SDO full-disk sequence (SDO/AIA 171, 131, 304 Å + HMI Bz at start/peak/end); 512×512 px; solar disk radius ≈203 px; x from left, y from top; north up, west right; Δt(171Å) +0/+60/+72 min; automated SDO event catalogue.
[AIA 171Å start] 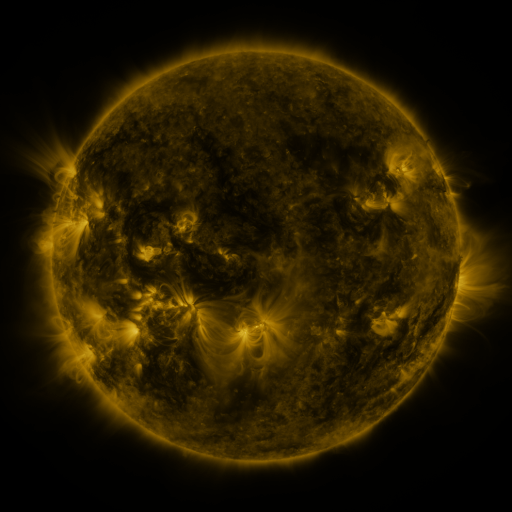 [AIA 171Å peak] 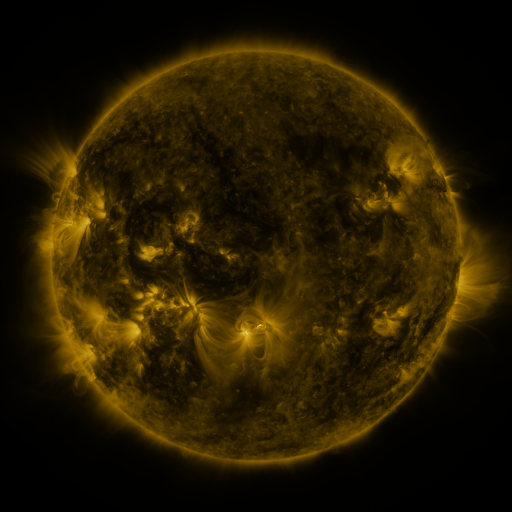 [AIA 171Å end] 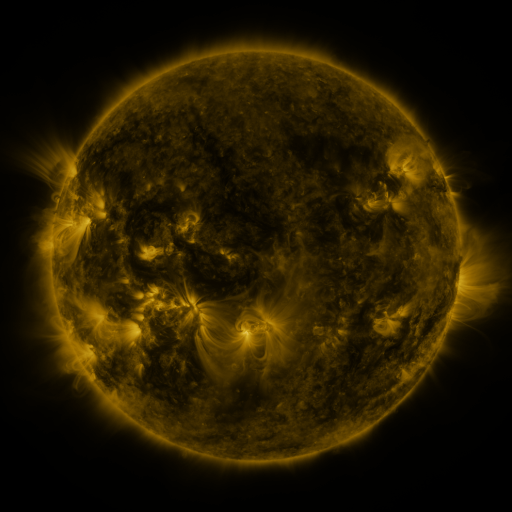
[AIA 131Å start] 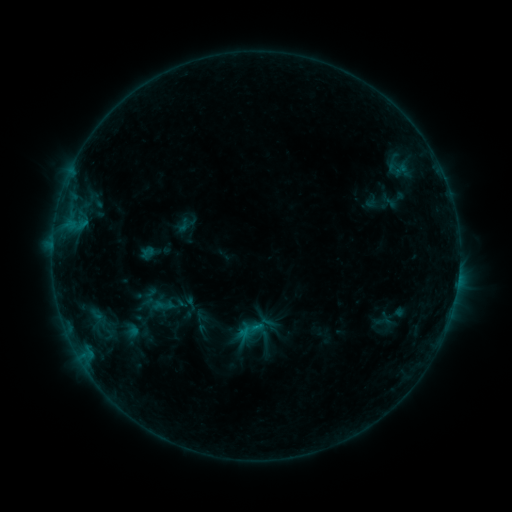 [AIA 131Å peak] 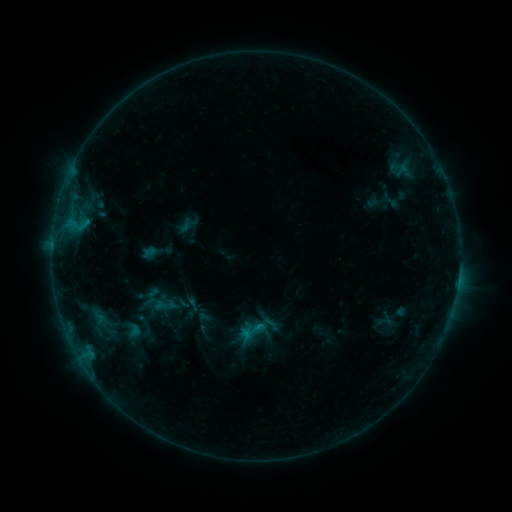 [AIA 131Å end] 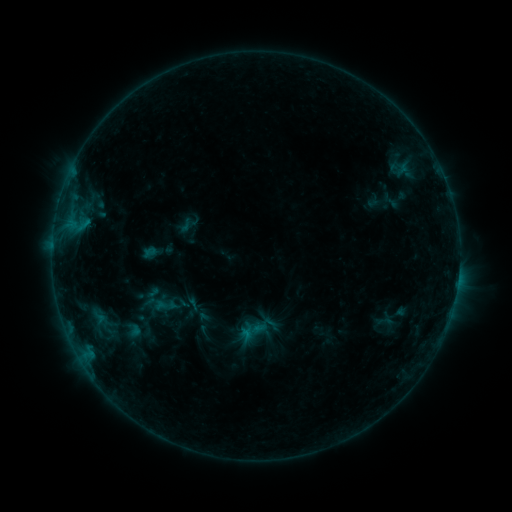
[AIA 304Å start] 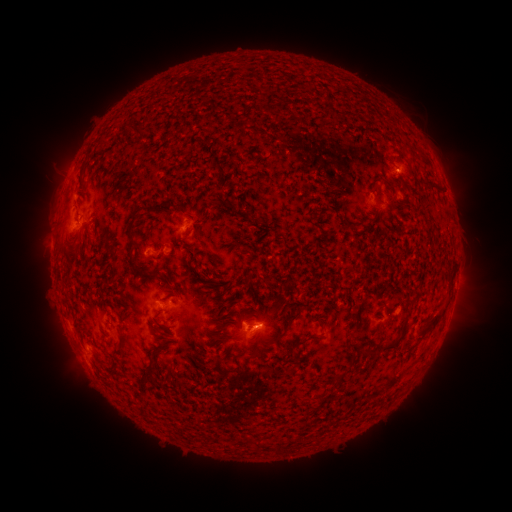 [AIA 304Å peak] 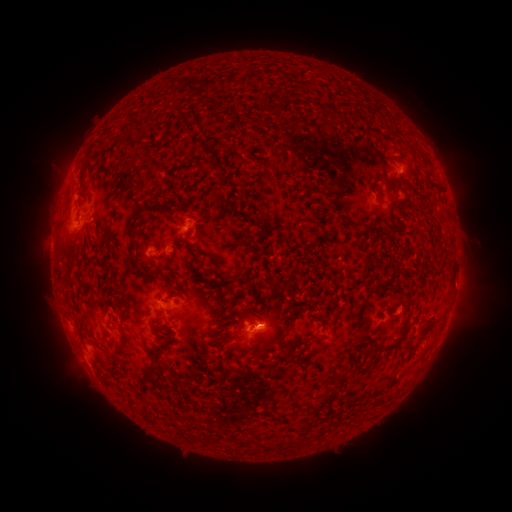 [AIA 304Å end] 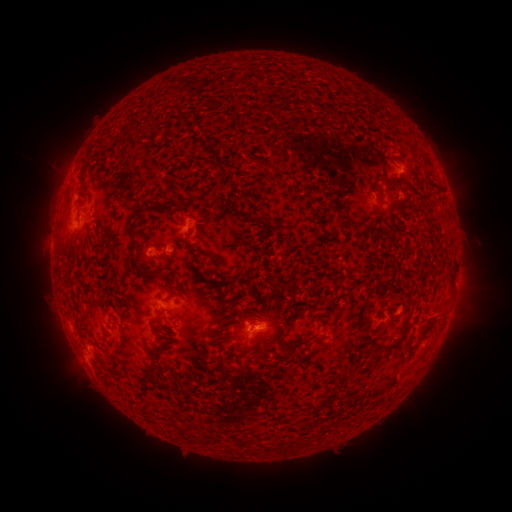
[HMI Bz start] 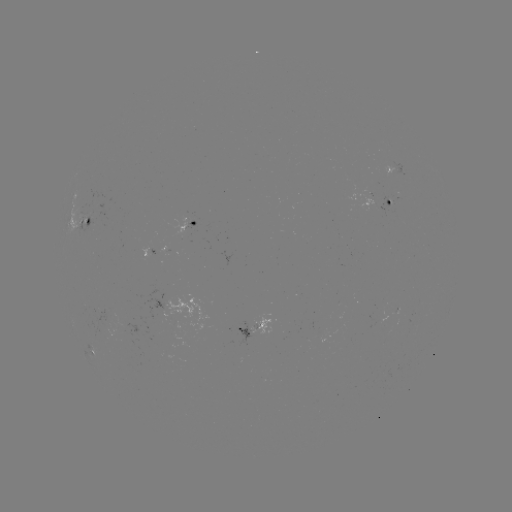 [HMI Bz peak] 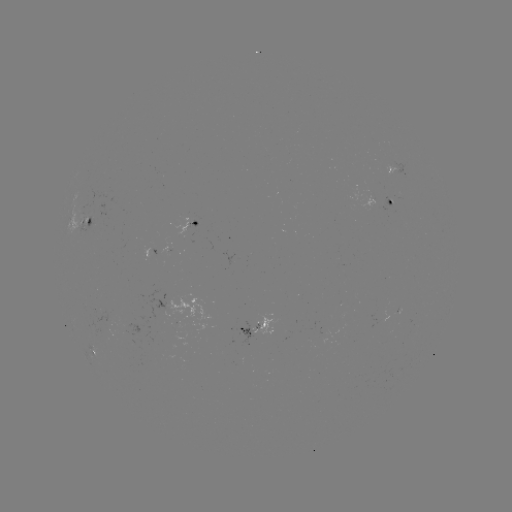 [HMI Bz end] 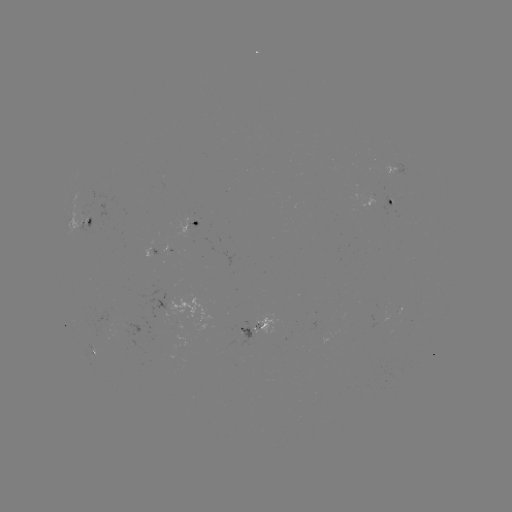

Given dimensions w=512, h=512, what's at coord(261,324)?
emerging-flux region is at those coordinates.